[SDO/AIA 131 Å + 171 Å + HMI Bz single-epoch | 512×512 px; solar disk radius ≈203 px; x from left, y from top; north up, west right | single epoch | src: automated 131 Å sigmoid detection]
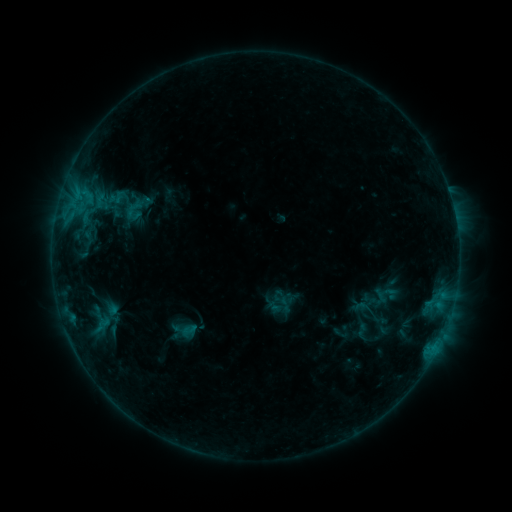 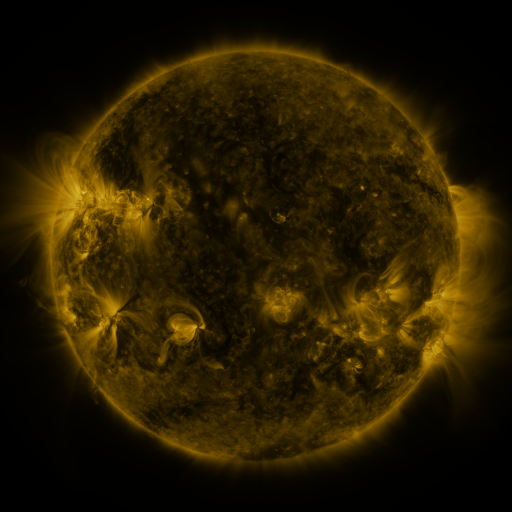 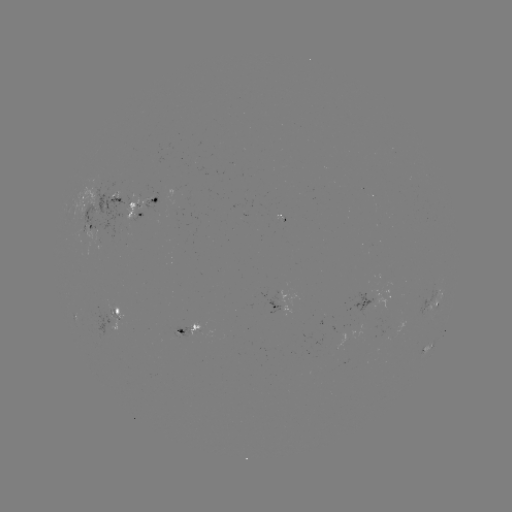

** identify sigmoid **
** (134, 208) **